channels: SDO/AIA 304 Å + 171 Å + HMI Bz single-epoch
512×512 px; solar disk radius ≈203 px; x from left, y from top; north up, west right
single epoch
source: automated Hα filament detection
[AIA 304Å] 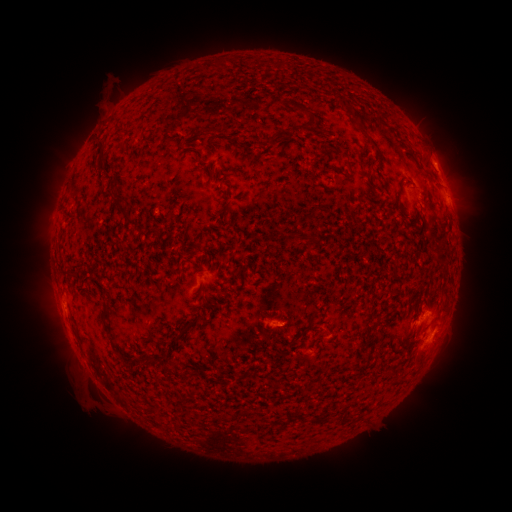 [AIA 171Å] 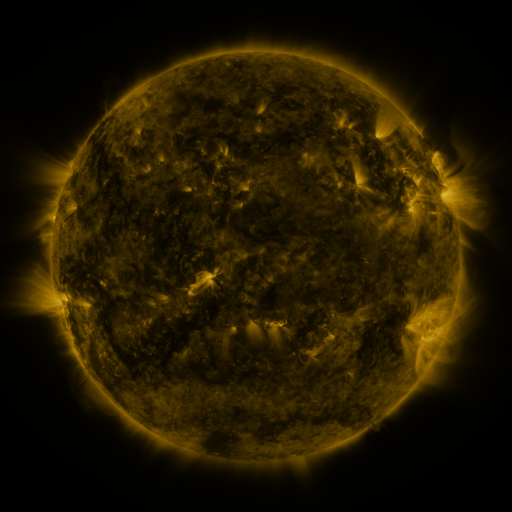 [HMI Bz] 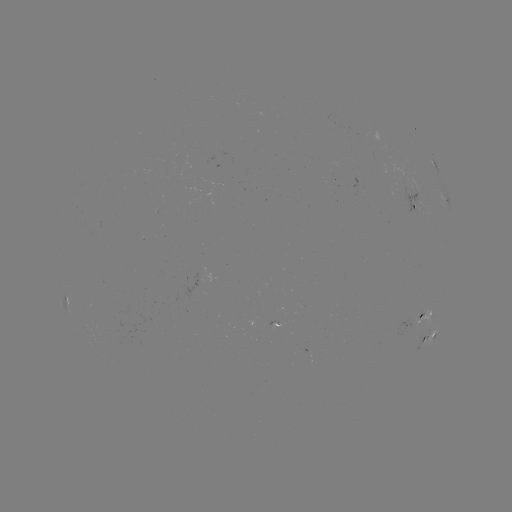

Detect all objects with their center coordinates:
filament: (302, 109)
filament: (214, 131)
filament: (367, 136)
filament: (270, 140)
filament: (101, 145)
filament: (102, 165)
filament: (114, 186)
filament: (122, 209)
filament: (435, 230)
filament: (440, 237)
filament: (306, 238)
filament: (201, 262)
filament: (103, 321)
filament: (183, 331)
filament: (161, 356)
filament: (300, 359)
filament: (219, 418)
filament: (318, 420)
